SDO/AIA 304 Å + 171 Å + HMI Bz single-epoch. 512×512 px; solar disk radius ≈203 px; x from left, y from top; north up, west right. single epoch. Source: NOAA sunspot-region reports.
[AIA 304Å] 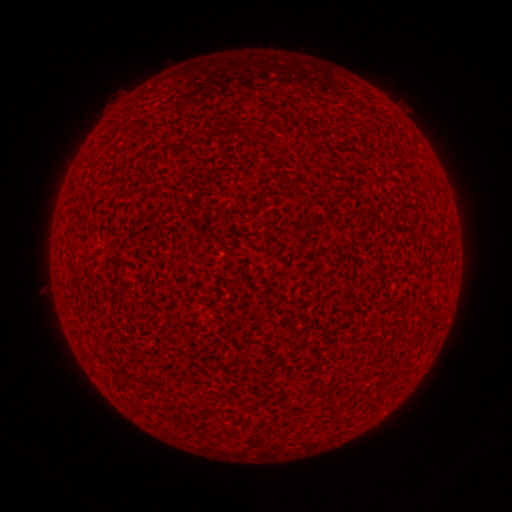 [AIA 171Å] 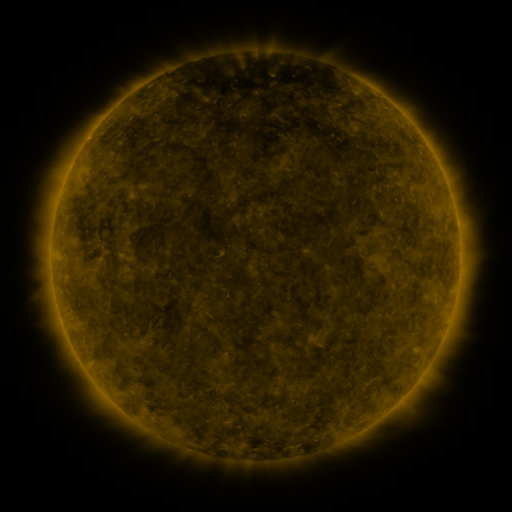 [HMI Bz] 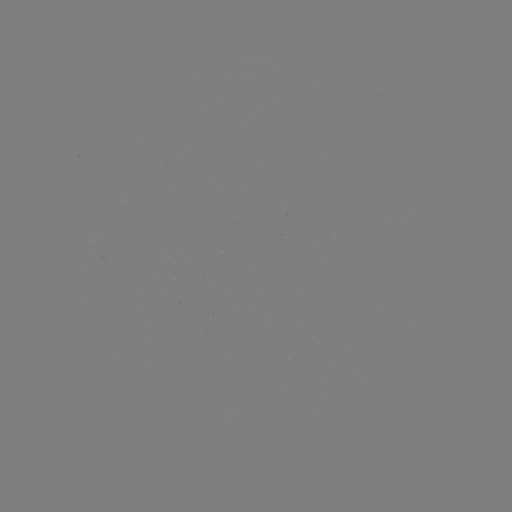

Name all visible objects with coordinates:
(none)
